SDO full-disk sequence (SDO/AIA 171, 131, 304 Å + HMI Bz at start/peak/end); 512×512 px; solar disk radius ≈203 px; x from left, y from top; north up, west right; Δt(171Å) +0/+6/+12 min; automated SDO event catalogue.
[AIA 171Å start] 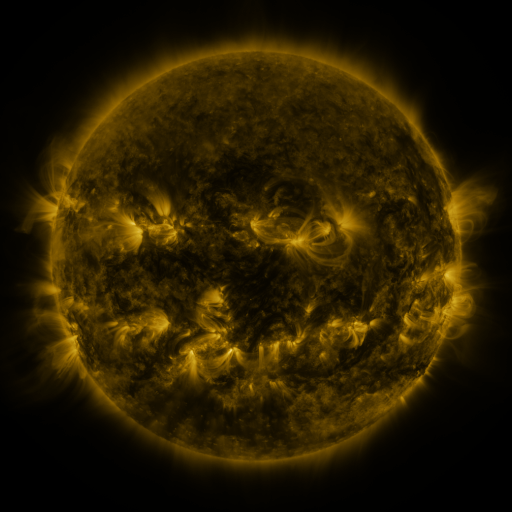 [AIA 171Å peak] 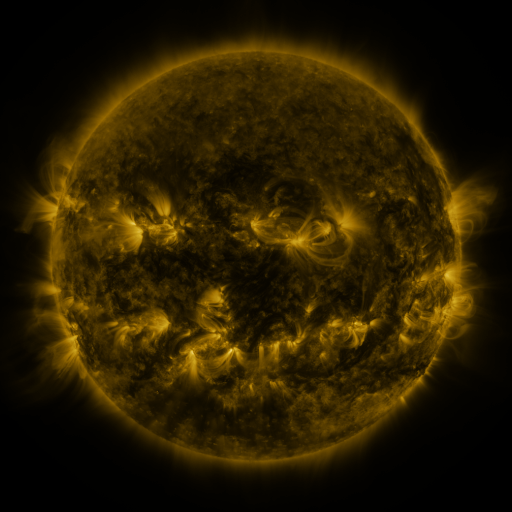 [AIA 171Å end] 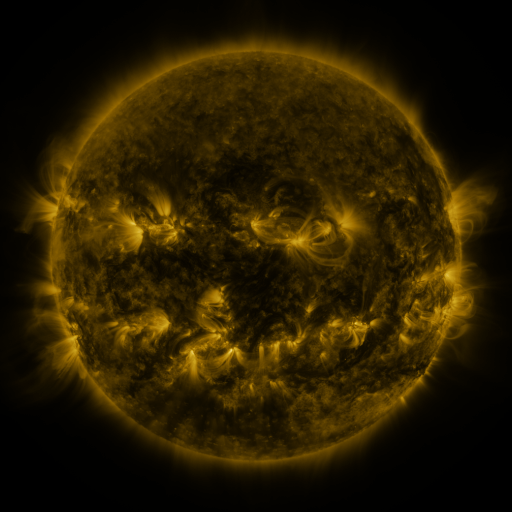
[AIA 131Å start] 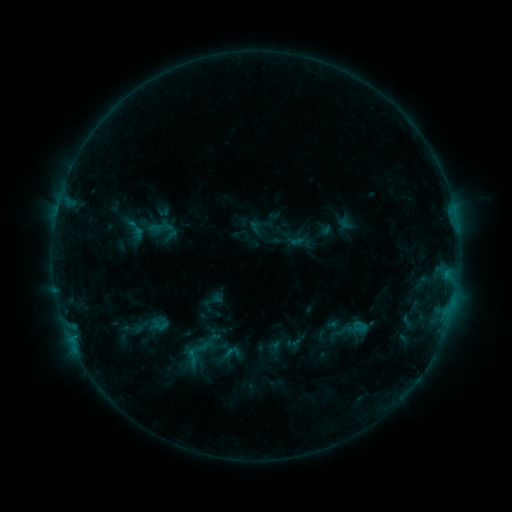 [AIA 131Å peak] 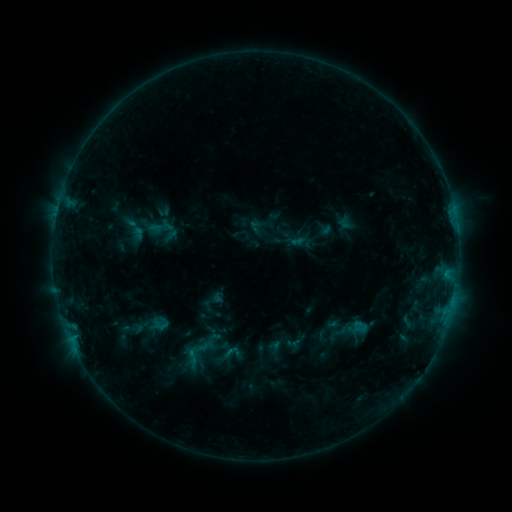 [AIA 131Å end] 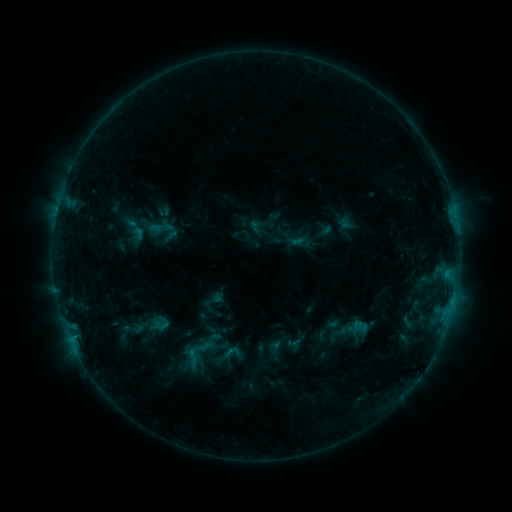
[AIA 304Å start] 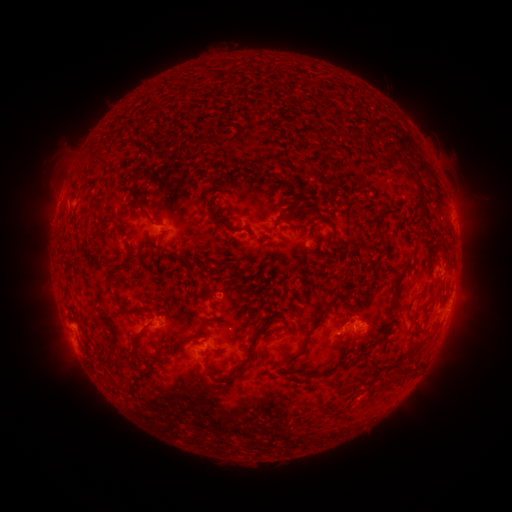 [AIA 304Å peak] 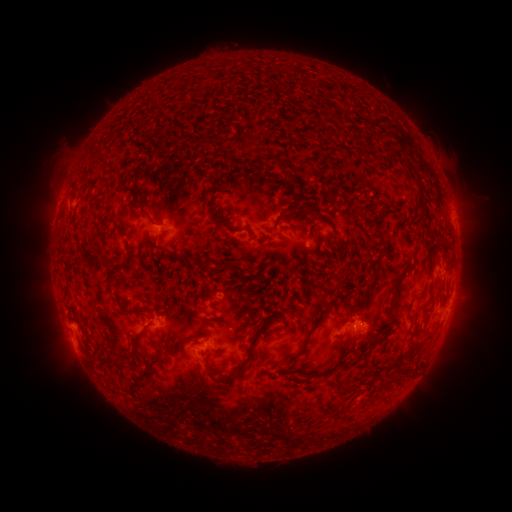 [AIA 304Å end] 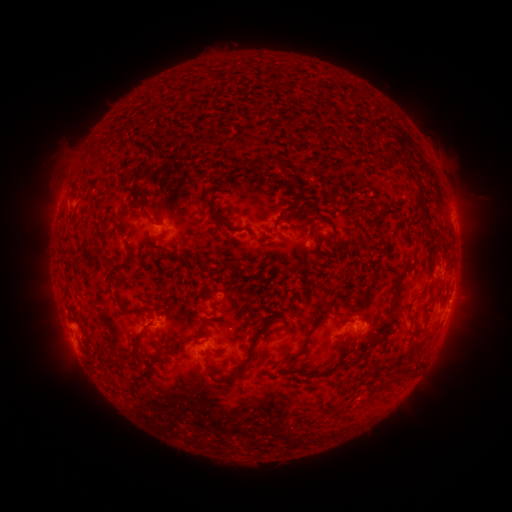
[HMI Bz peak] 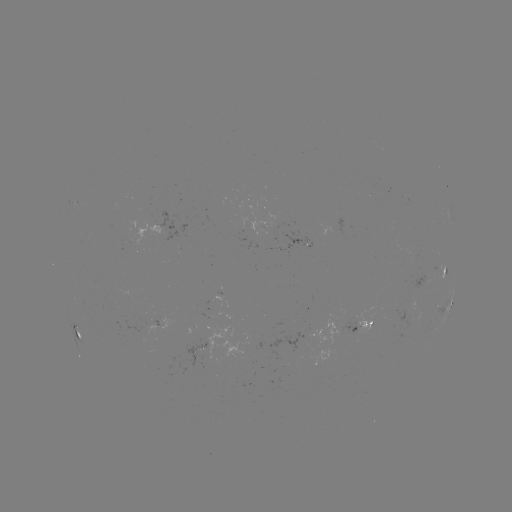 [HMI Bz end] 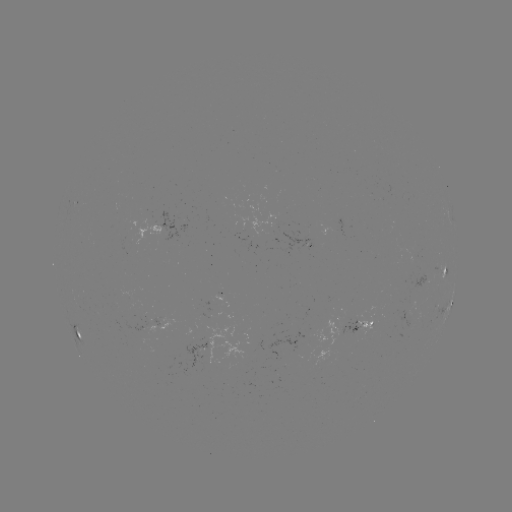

no classed flare was catalogued and no EUV brightening was flagged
